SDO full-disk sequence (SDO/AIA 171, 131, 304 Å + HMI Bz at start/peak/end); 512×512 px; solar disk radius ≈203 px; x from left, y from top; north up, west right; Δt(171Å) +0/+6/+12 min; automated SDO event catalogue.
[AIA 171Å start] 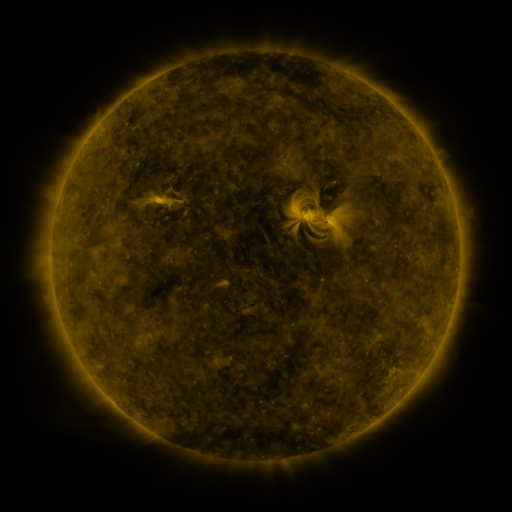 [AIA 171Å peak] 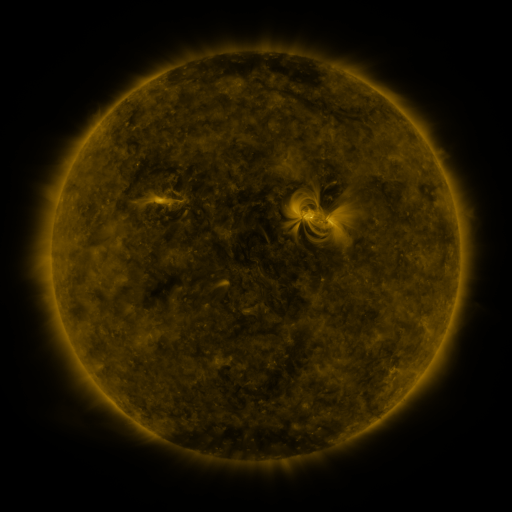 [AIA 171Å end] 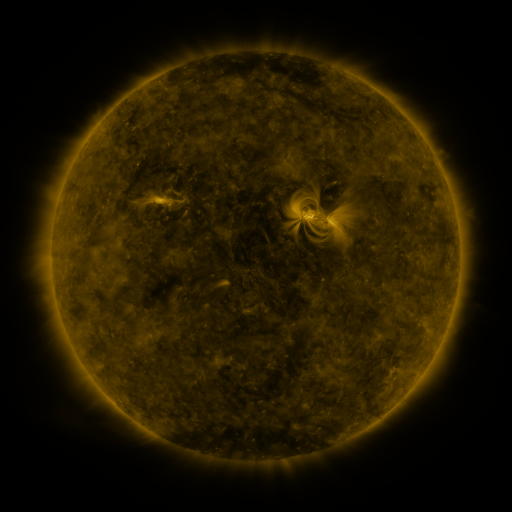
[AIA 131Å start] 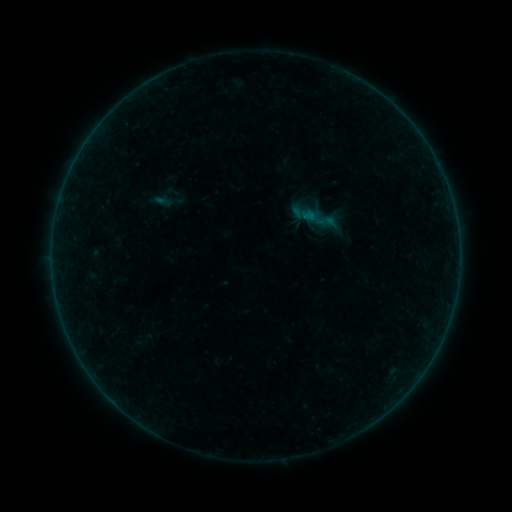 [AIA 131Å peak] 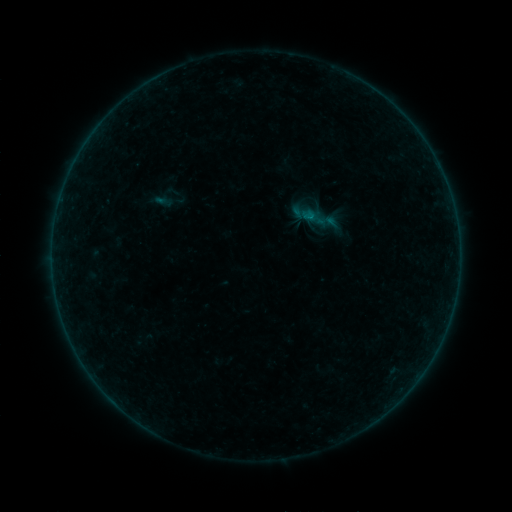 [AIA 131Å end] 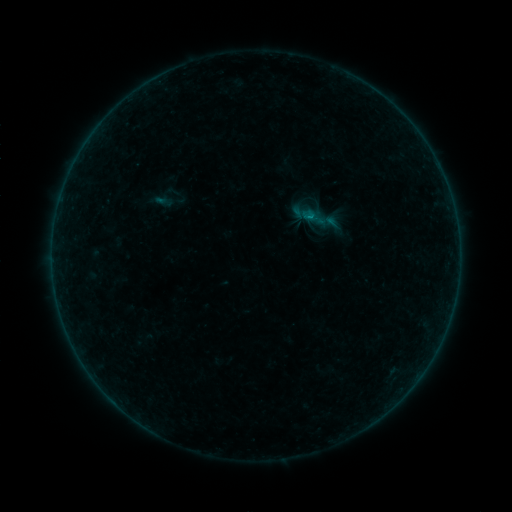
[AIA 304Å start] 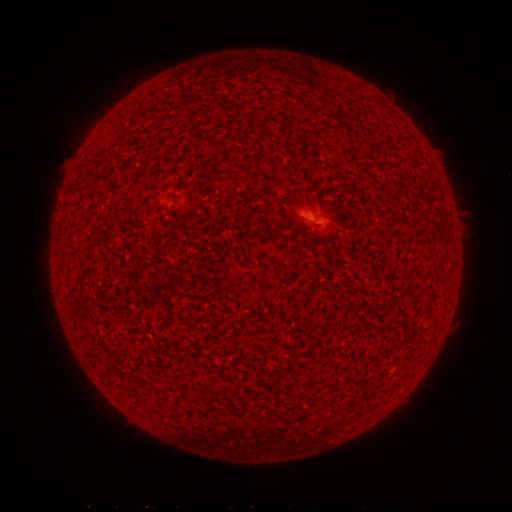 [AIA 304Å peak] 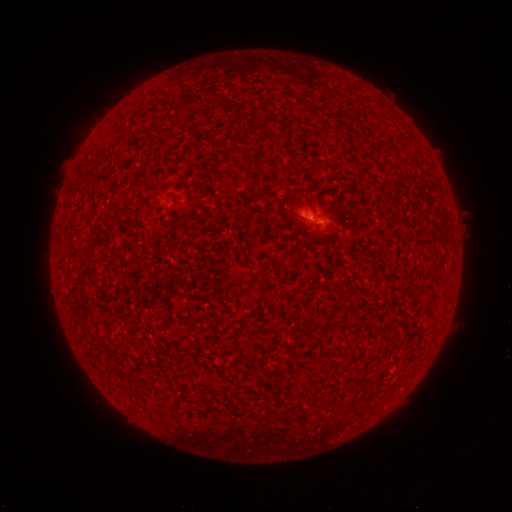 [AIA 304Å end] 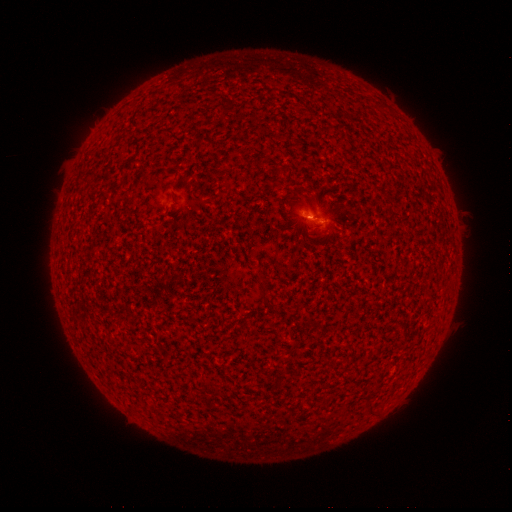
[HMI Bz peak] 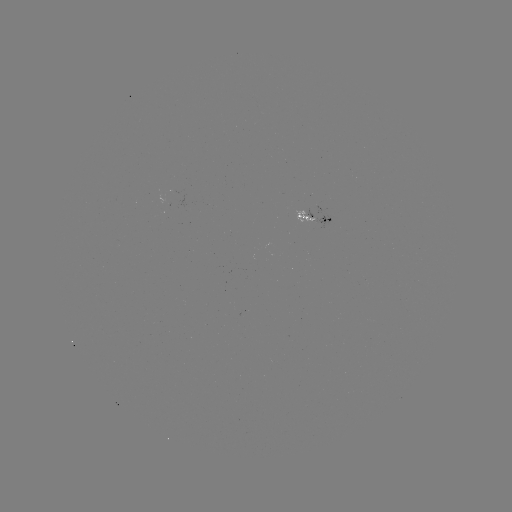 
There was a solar flare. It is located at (308, 219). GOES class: B1.8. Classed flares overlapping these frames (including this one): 1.